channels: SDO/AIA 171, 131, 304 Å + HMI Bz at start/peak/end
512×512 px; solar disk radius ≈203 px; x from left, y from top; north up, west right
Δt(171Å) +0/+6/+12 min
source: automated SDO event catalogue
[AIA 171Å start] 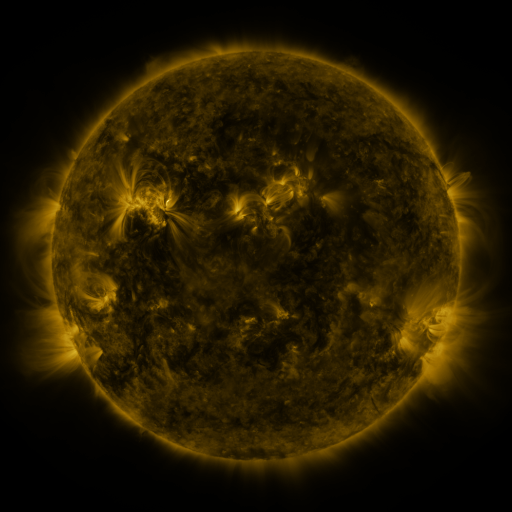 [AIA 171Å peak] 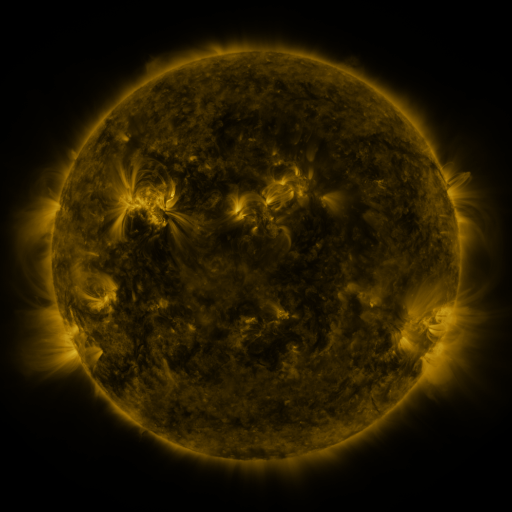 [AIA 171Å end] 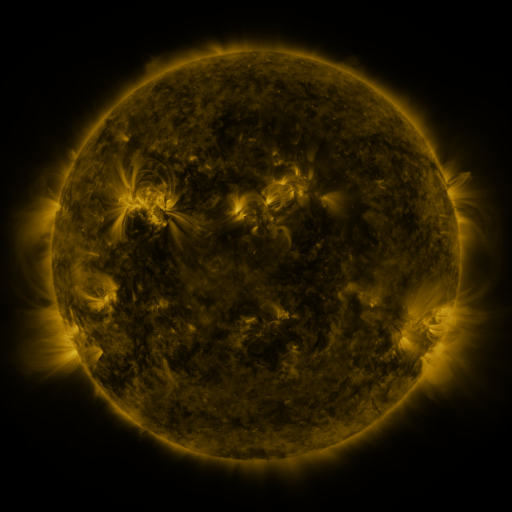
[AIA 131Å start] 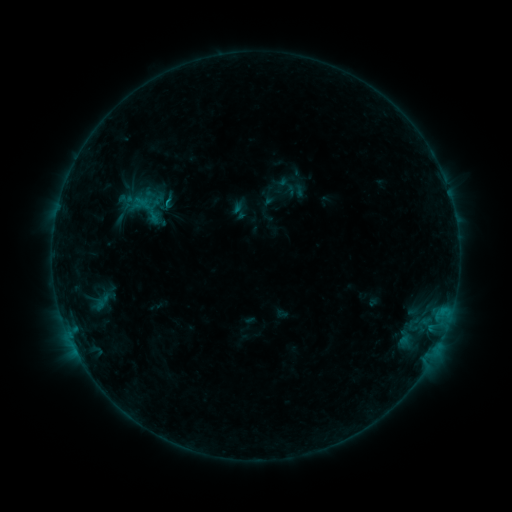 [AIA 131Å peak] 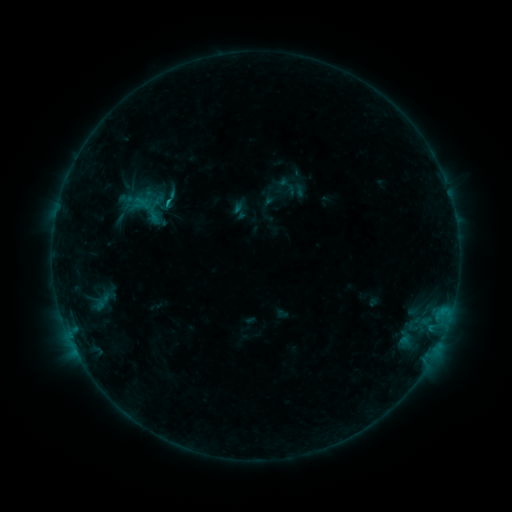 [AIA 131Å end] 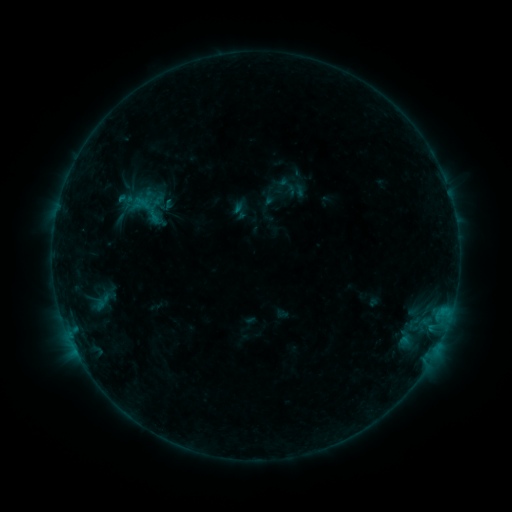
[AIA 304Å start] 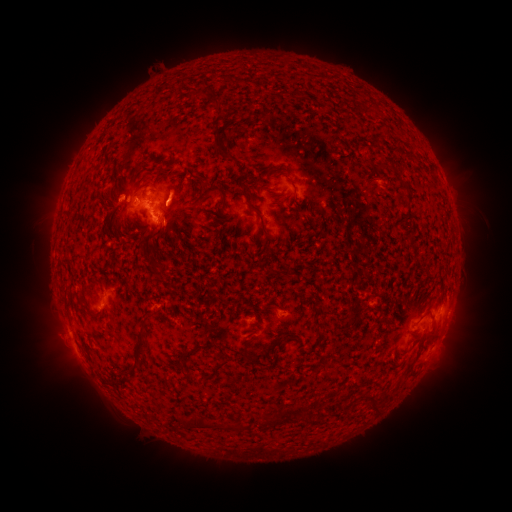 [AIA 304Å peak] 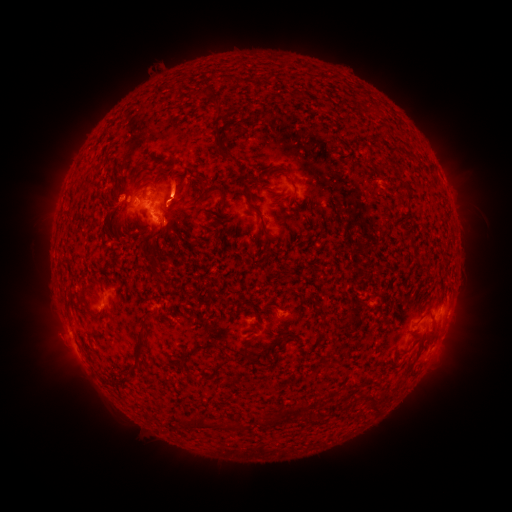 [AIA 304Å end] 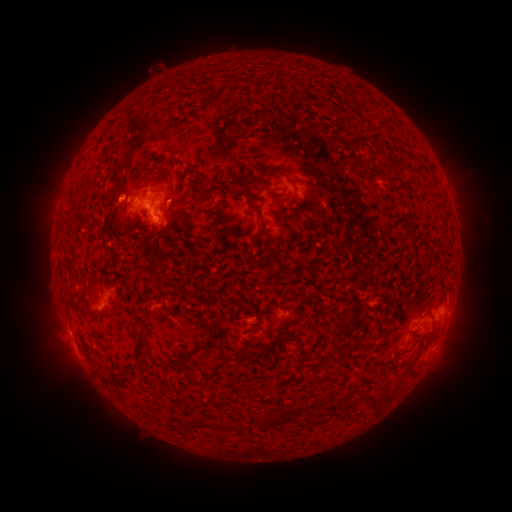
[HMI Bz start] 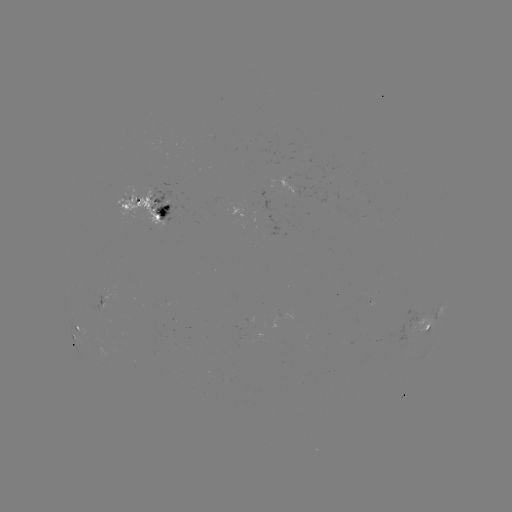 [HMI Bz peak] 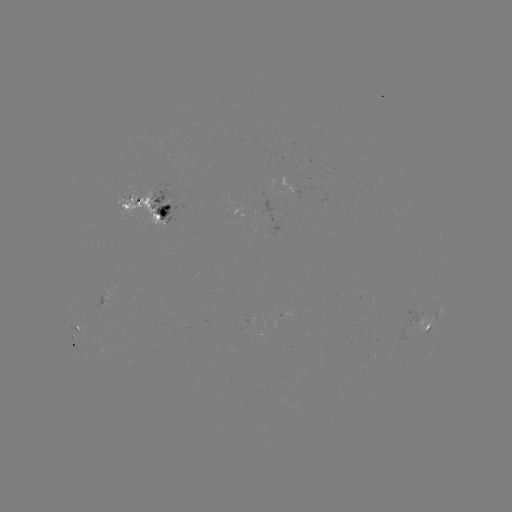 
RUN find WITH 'eruption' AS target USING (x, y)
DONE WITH (177, 187) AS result